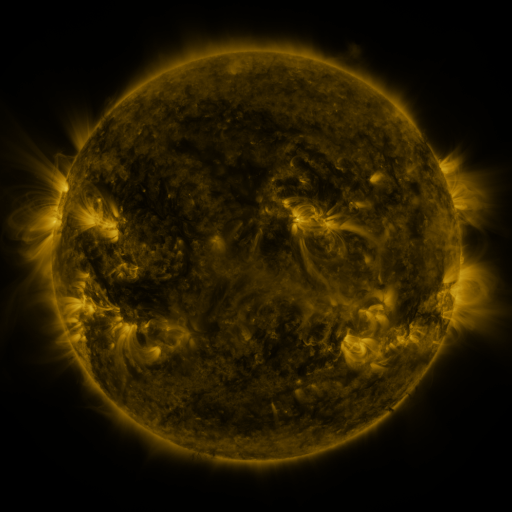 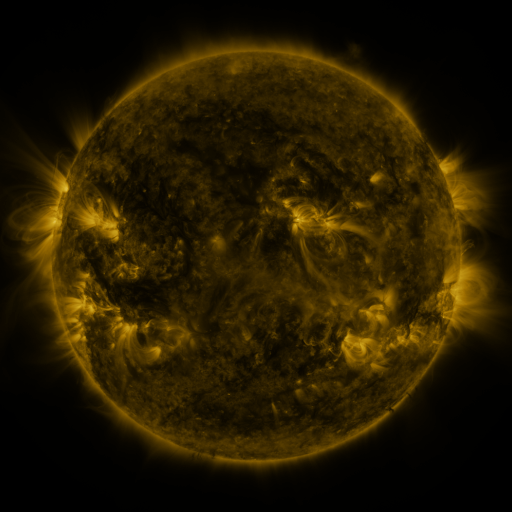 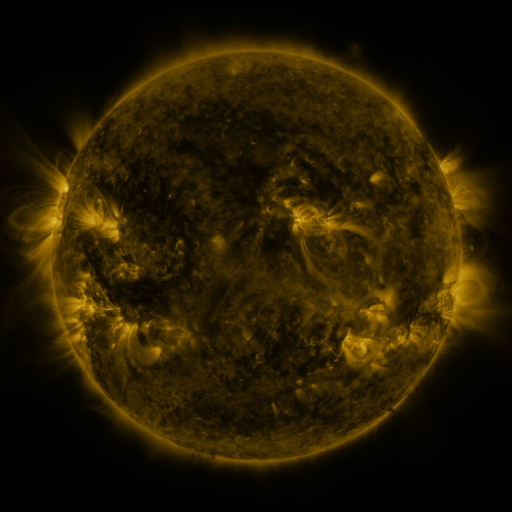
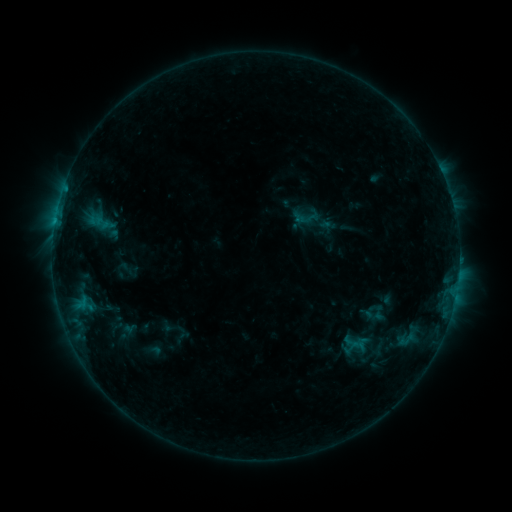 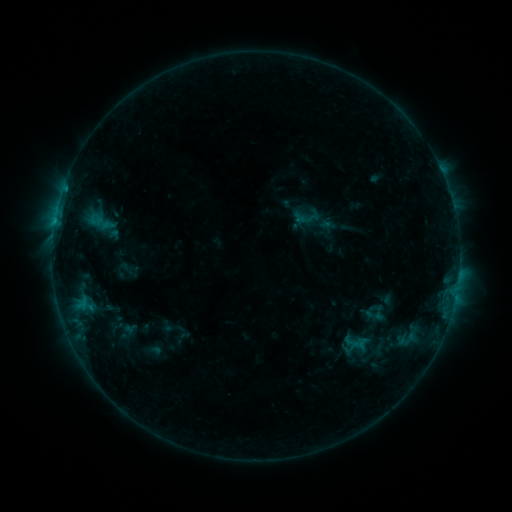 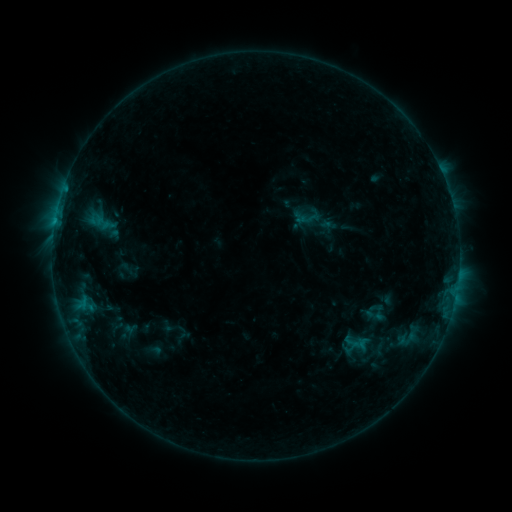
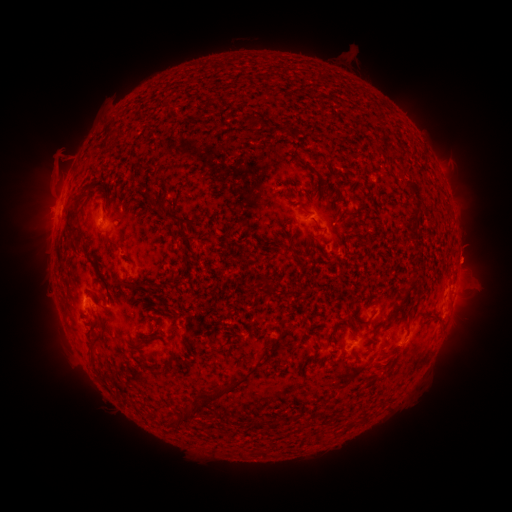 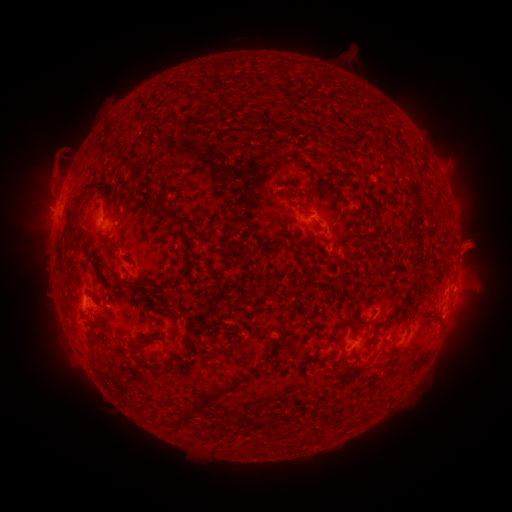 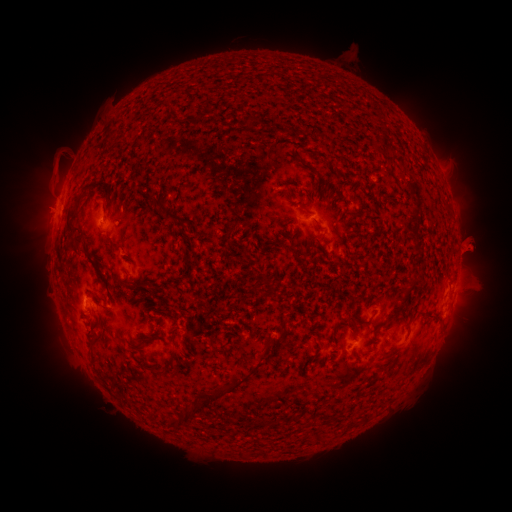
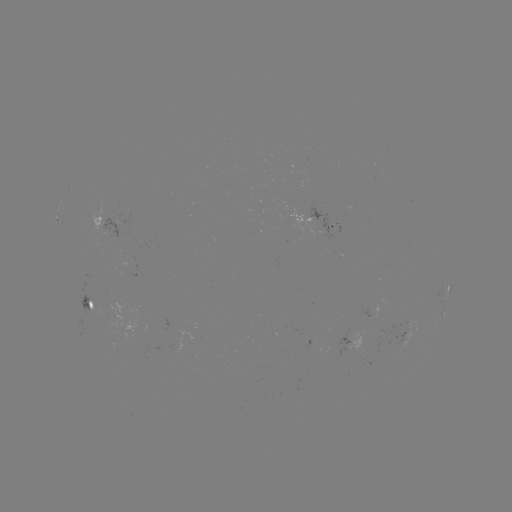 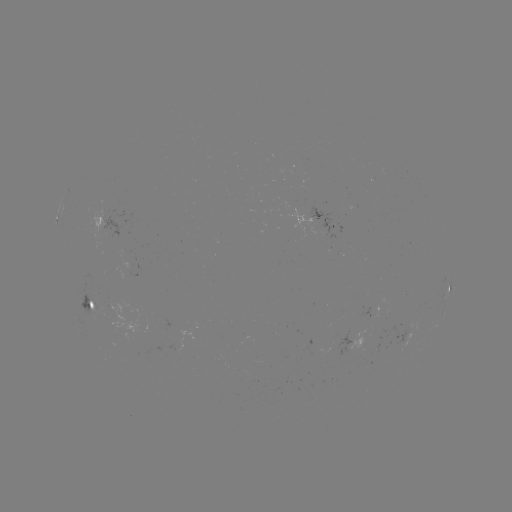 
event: eruption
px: (474, 245)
